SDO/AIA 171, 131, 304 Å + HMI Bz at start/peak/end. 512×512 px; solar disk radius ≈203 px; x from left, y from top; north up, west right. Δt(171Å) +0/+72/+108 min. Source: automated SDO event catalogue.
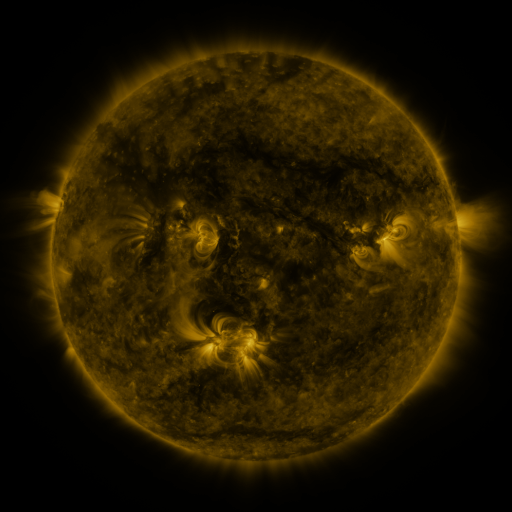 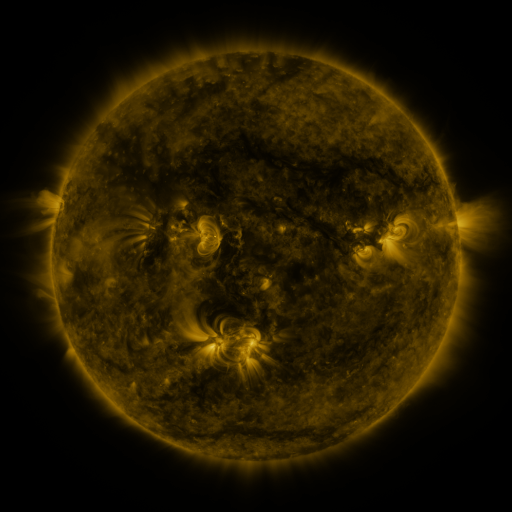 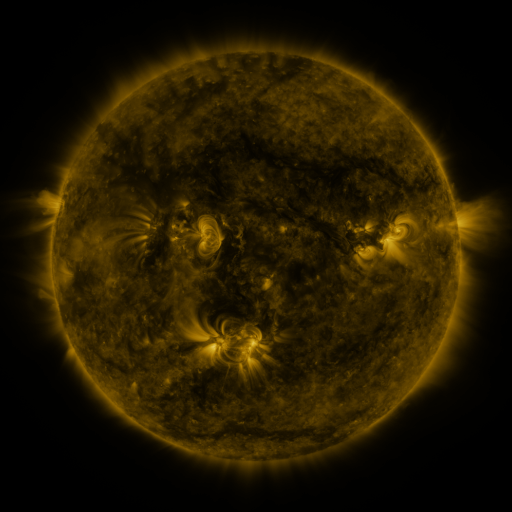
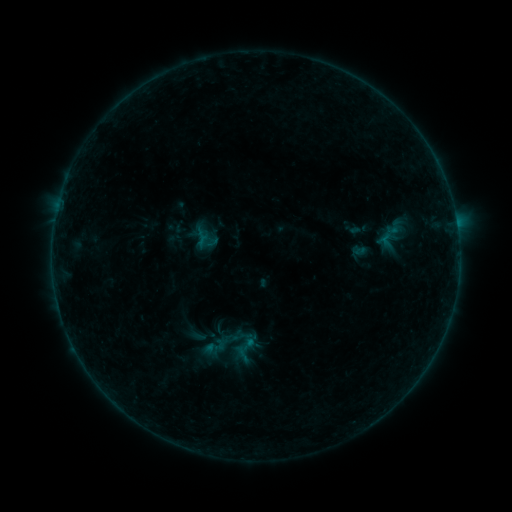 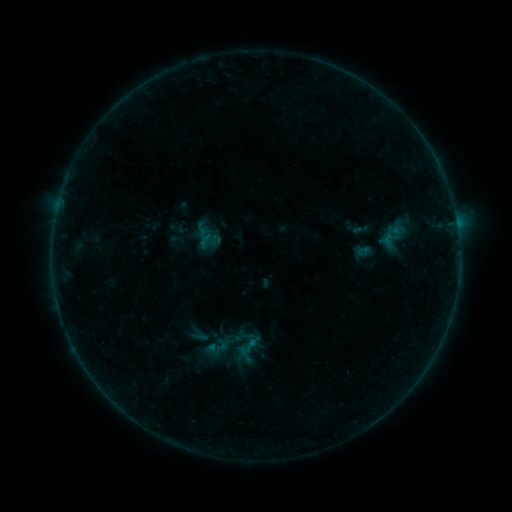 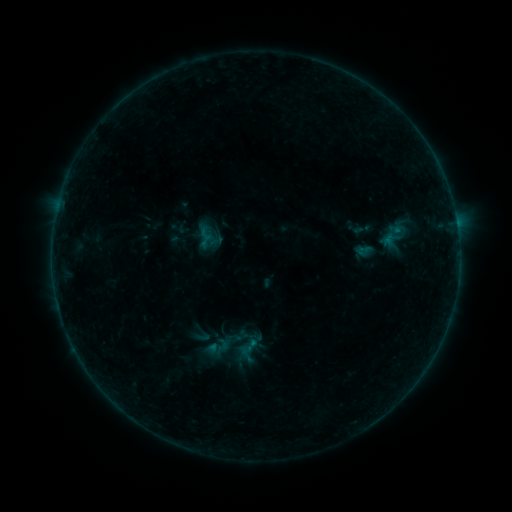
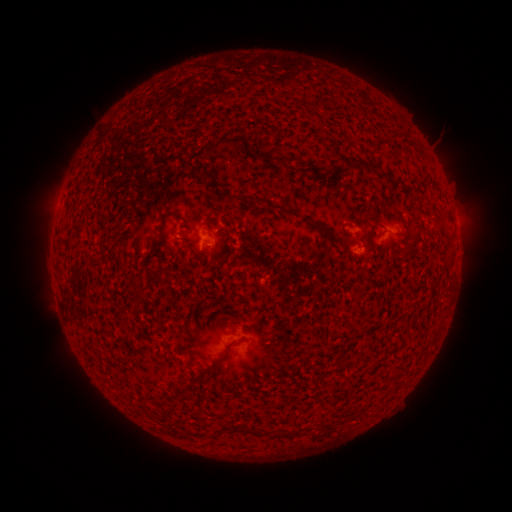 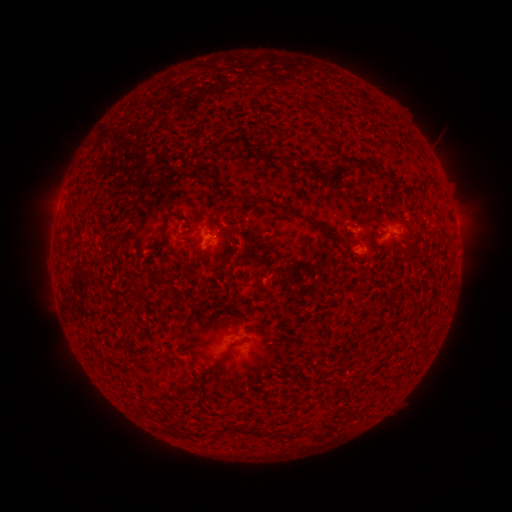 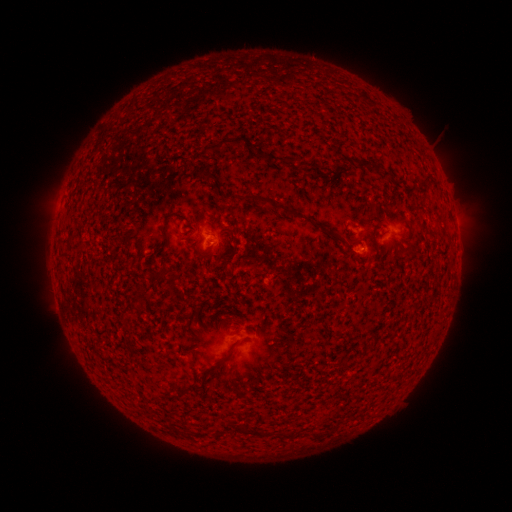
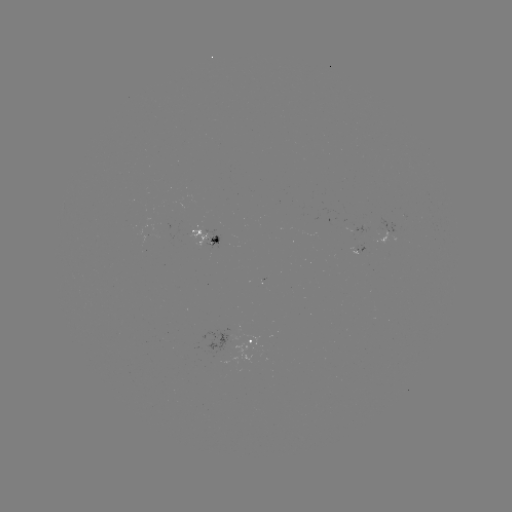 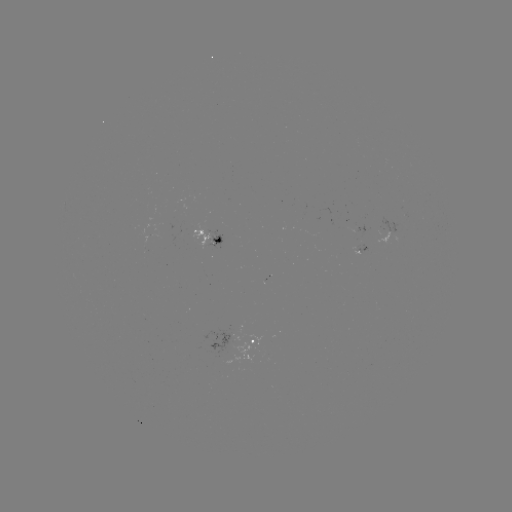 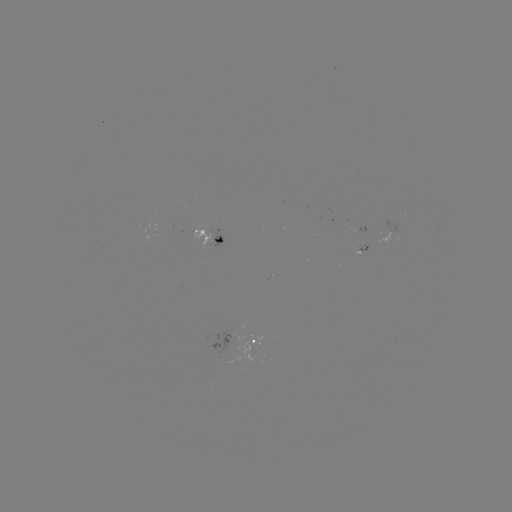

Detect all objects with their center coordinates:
emerging-flux region: (394, 231)
